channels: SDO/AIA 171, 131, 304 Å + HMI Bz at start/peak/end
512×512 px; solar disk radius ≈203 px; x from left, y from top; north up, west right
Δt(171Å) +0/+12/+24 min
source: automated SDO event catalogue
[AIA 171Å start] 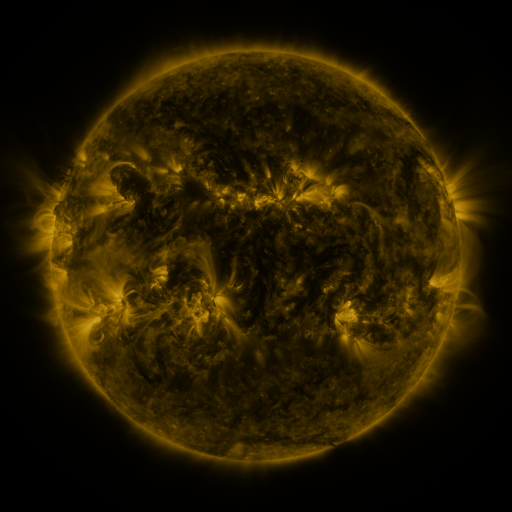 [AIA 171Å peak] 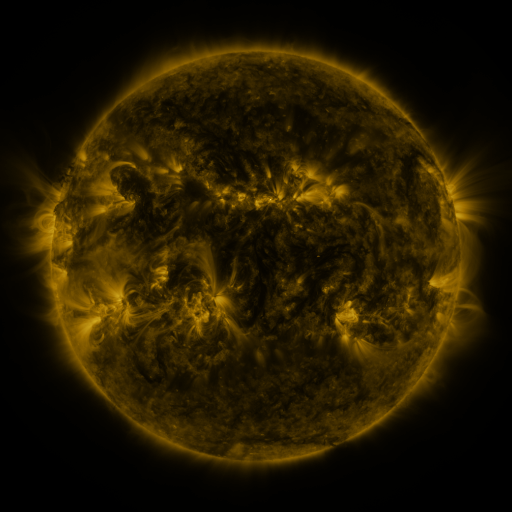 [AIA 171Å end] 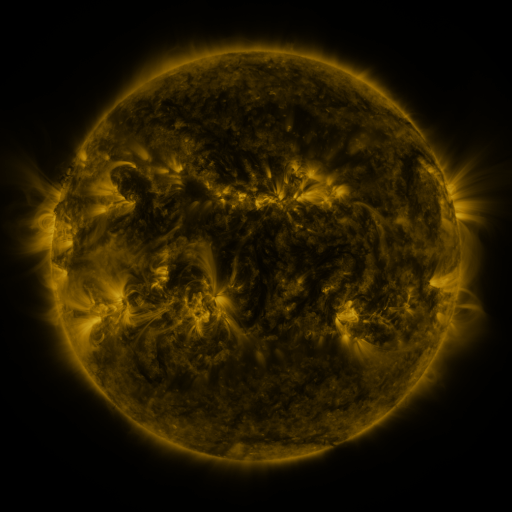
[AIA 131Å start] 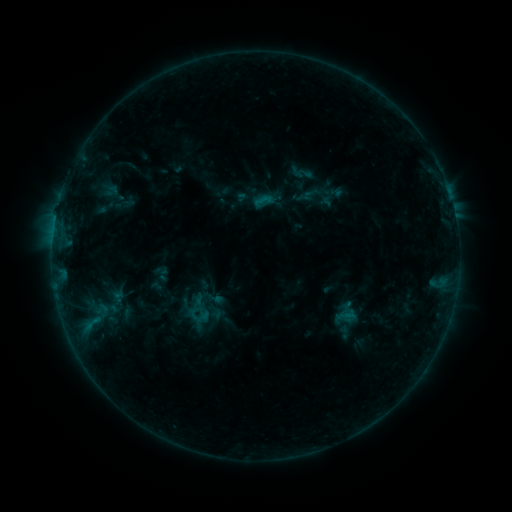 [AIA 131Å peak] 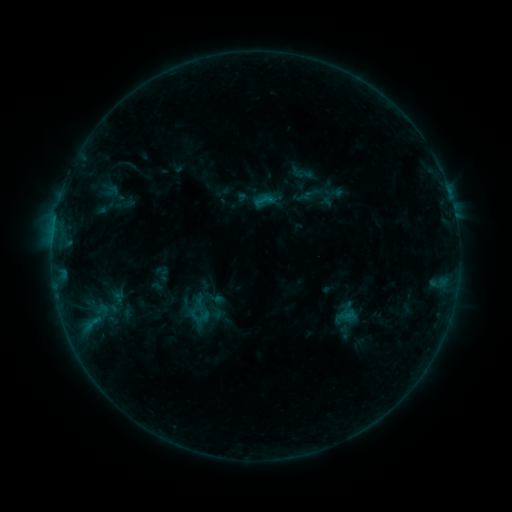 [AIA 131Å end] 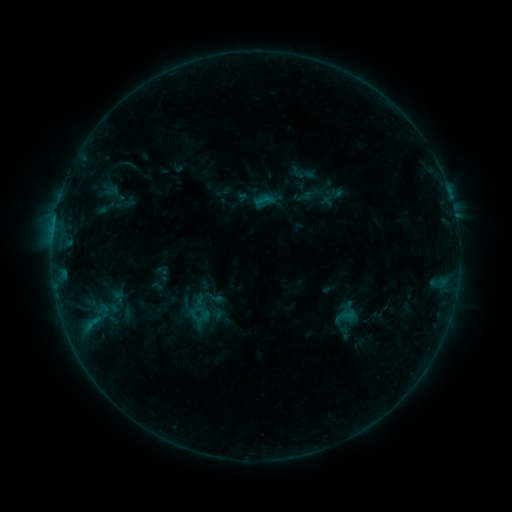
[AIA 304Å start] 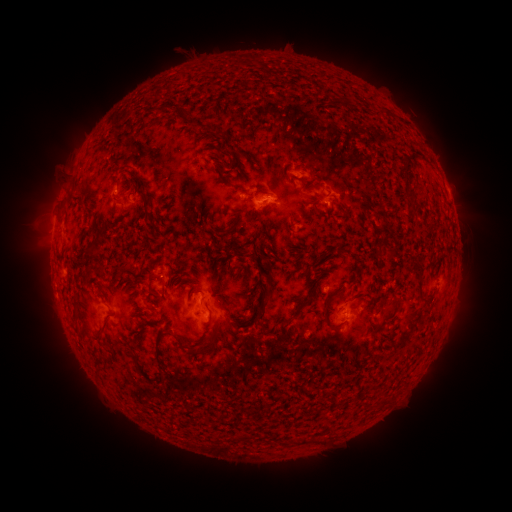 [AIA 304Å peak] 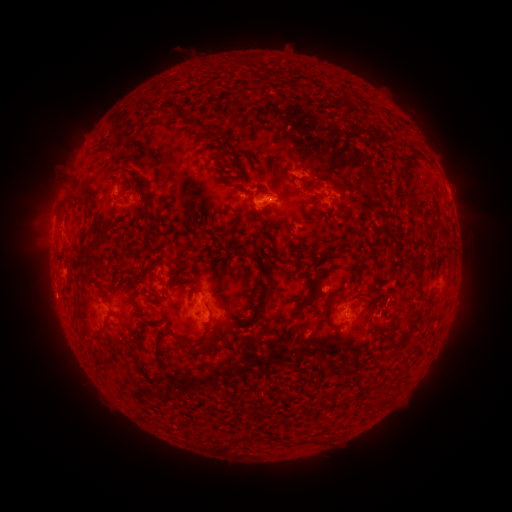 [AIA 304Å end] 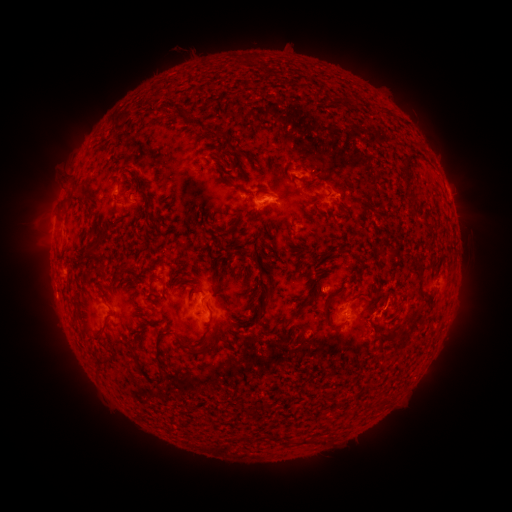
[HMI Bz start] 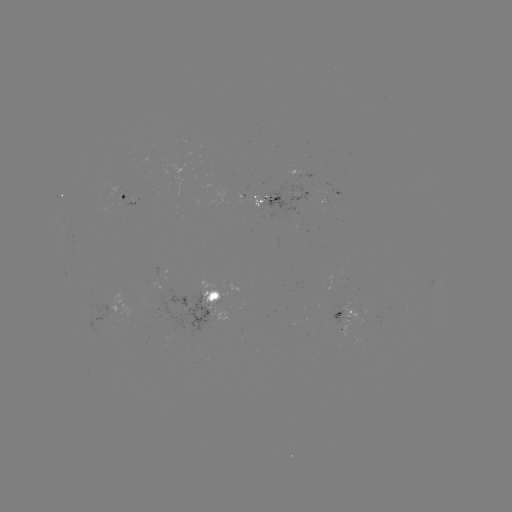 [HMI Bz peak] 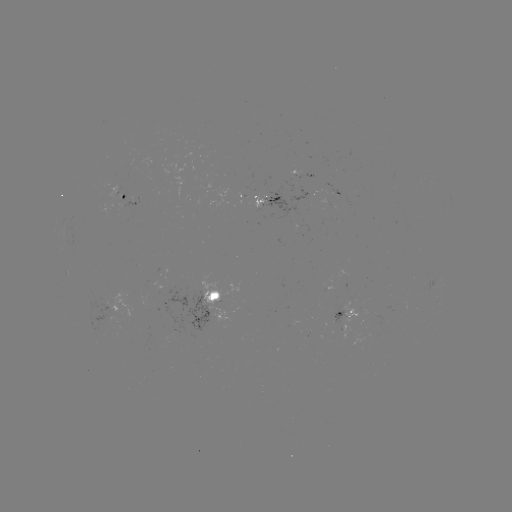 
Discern eruption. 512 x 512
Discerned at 403,318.